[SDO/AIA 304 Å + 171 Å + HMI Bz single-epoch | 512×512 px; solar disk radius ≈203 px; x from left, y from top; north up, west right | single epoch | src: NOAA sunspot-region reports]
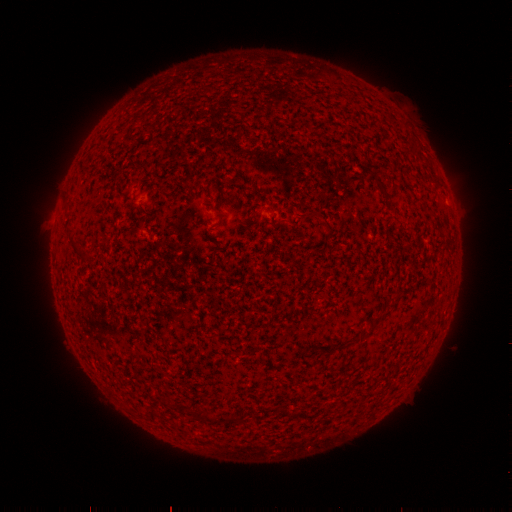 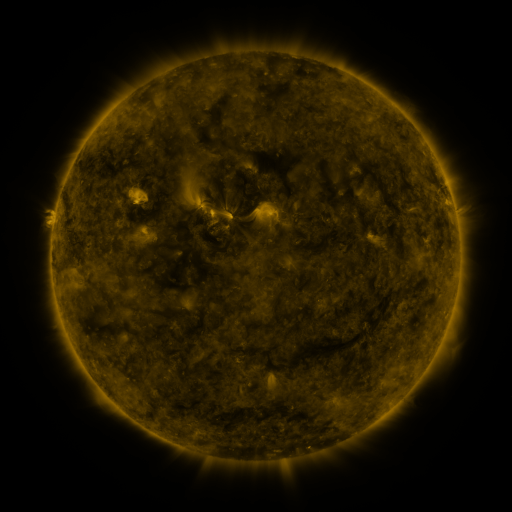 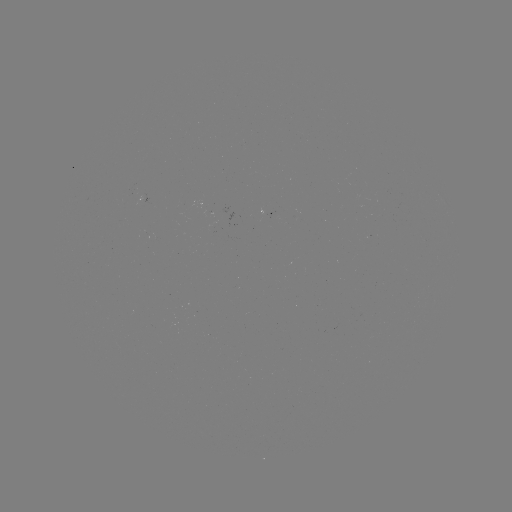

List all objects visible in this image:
(none)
